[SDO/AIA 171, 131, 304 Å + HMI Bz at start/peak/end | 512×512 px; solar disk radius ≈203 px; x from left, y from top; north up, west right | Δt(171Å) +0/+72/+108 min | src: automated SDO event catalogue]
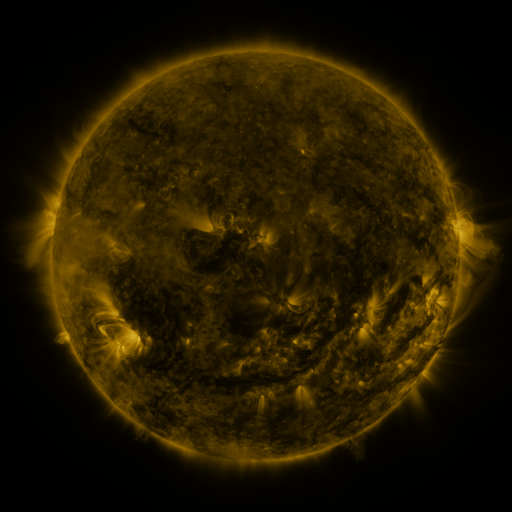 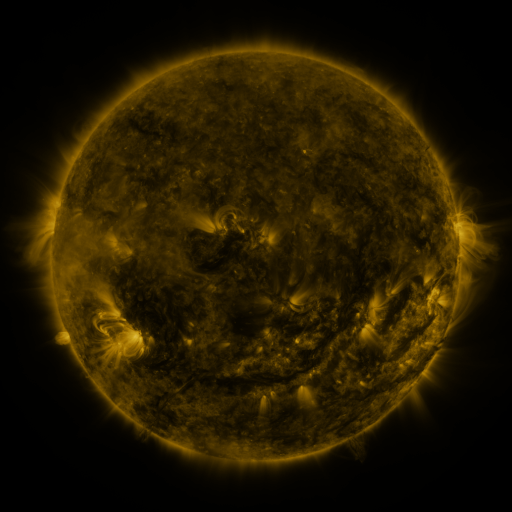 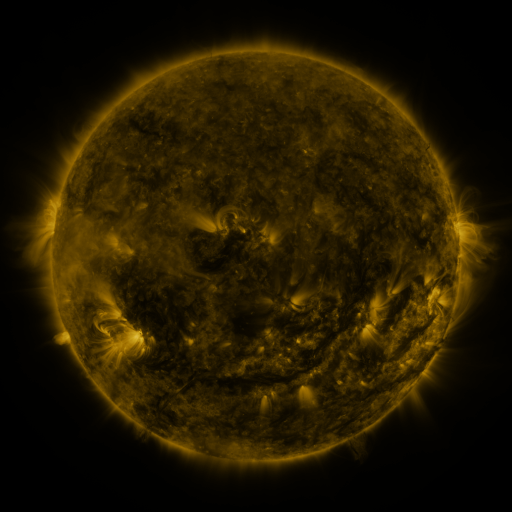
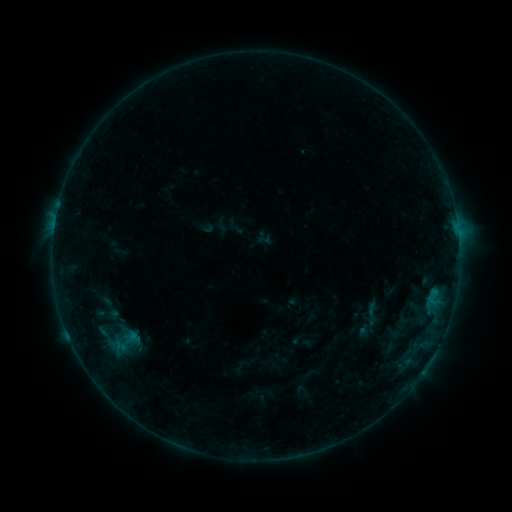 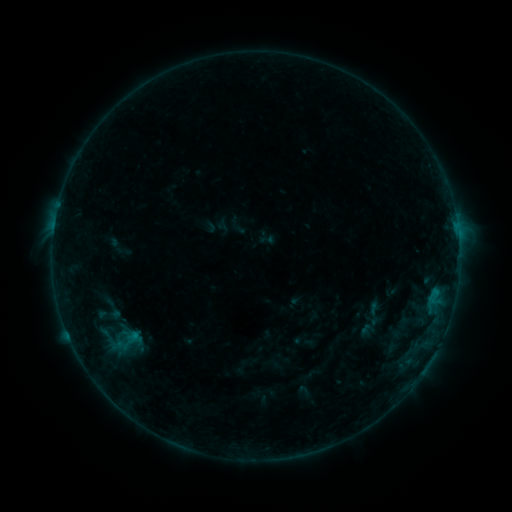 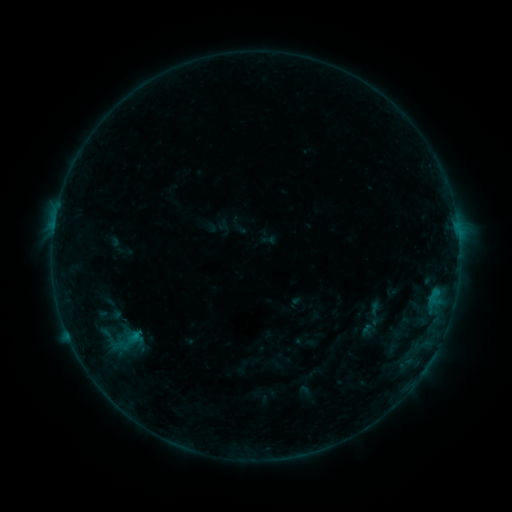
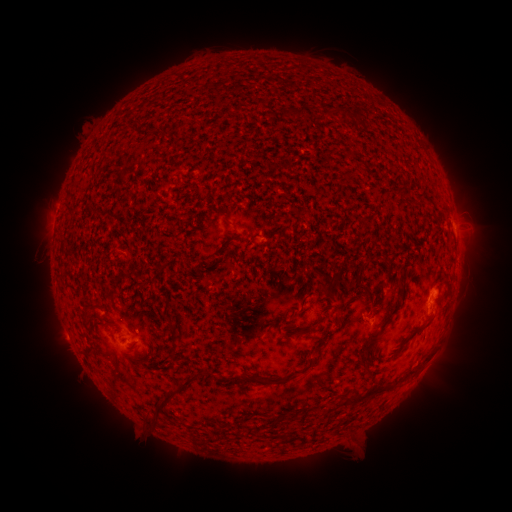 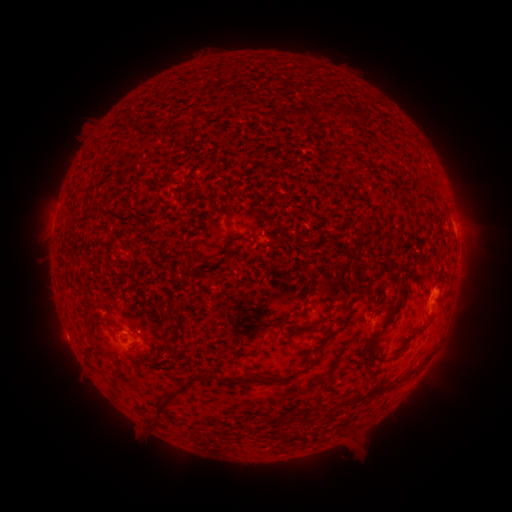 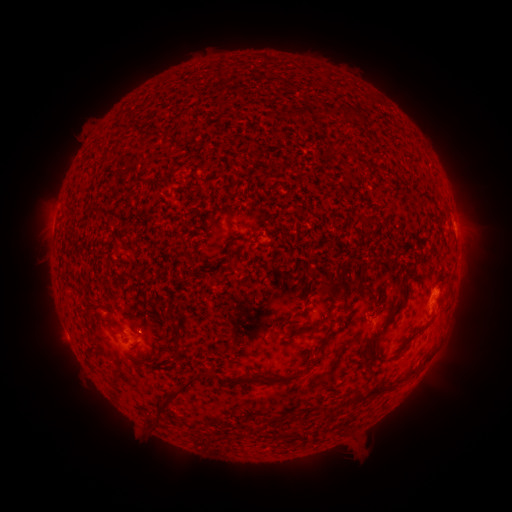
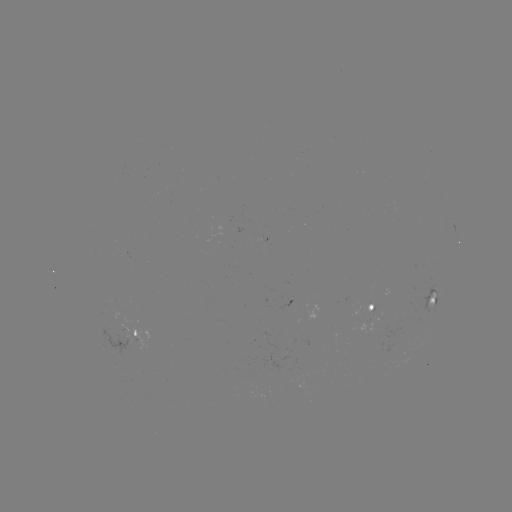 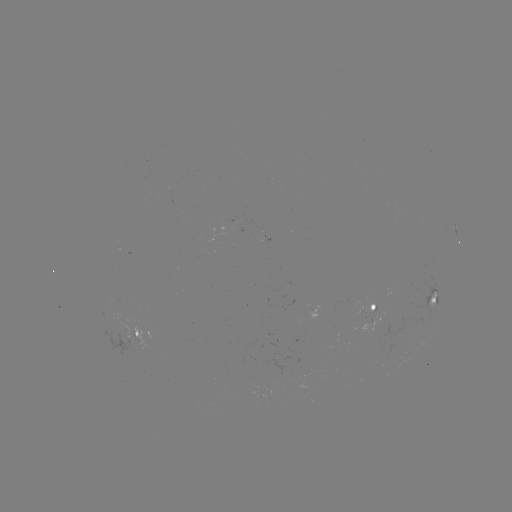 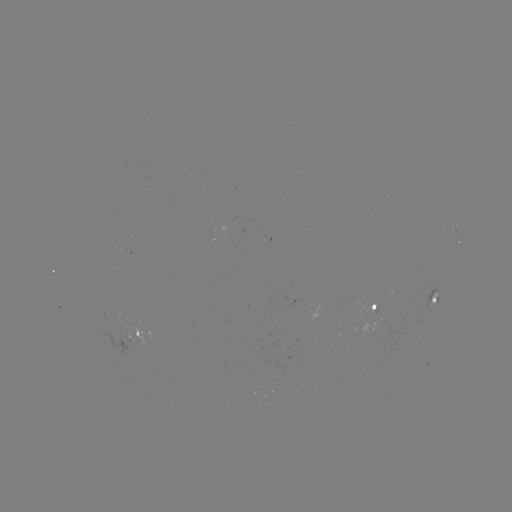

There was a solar emerging-flux region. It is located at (370, 305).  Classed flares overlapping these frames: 1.